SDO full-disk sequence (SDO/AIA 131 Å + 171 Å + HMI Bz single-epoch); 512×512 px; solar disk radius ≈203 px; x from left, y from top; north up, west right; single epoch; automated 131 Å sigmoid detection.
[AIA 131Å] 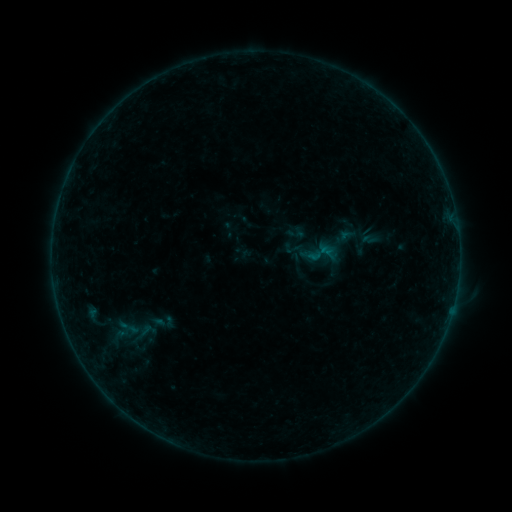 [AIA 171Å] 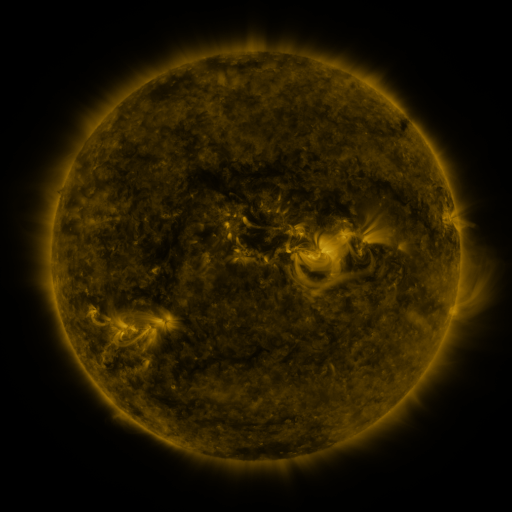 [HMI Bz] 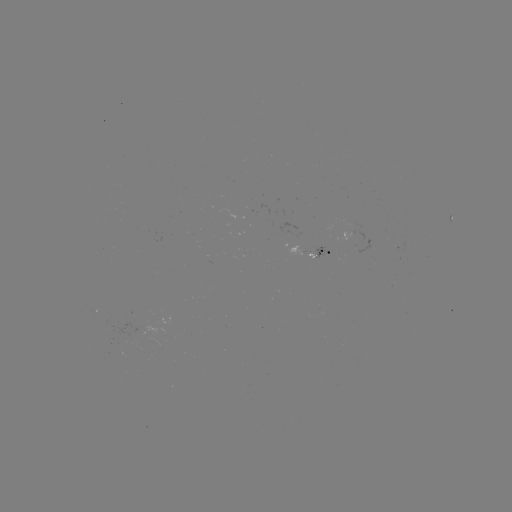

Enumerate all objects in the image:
sigmoid: (293, 248)
